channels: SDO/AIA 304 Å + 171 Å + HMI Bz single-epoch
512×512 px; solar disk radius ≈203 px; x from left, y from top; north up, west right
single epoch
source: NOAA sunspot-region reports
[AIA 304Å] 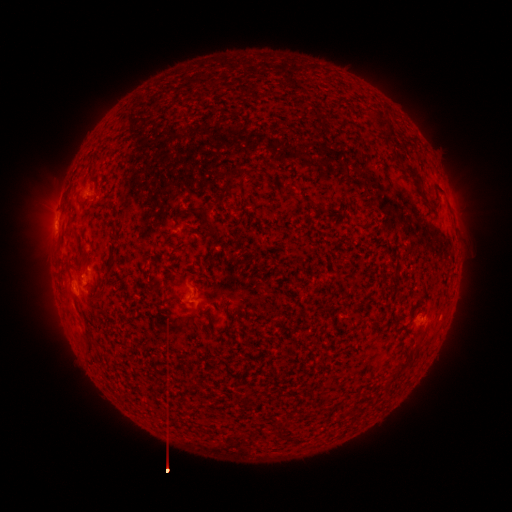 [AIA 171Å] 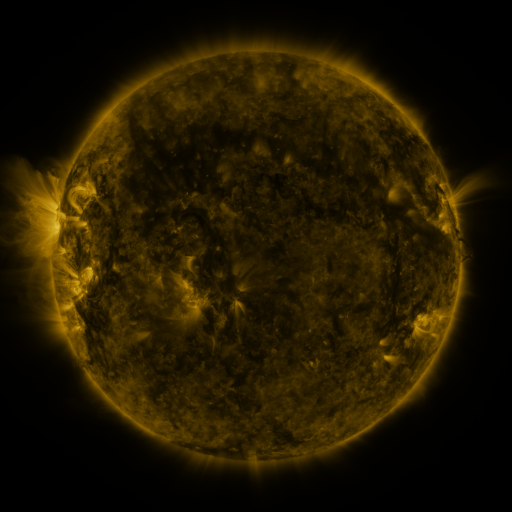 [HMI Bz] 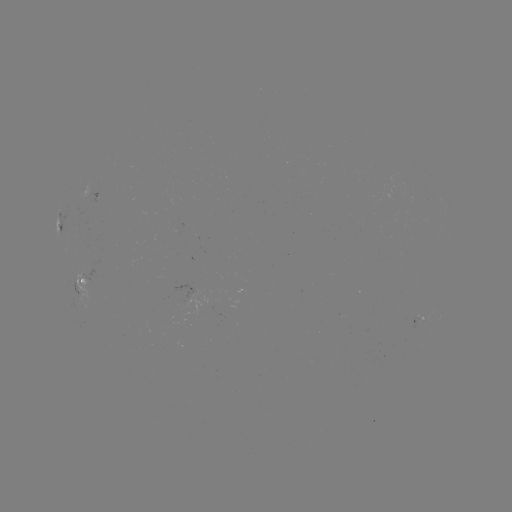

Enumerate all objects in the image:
spotted active region: (96, 196)
spotted active region: (59, 223)
spotted active region: (82, 284)
spotted active region: (423, 318)
